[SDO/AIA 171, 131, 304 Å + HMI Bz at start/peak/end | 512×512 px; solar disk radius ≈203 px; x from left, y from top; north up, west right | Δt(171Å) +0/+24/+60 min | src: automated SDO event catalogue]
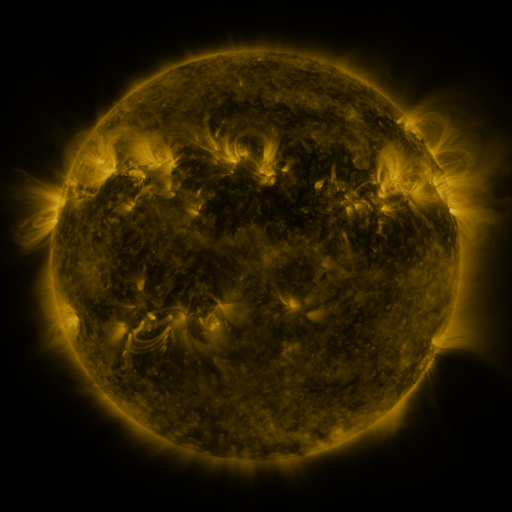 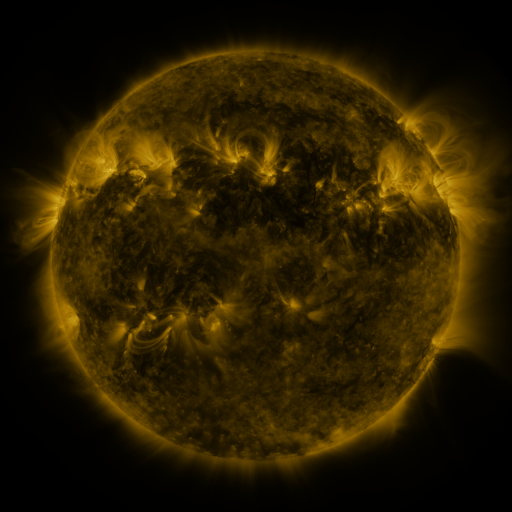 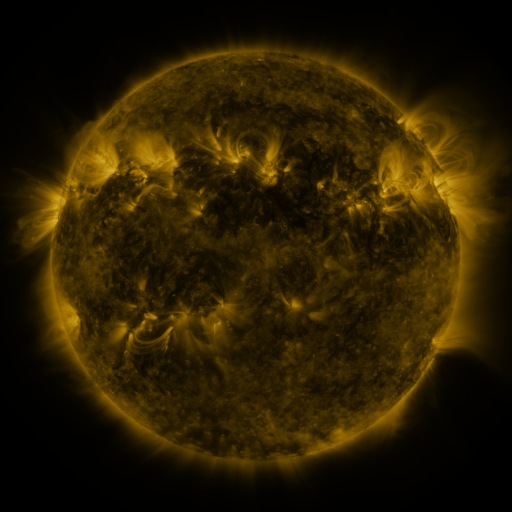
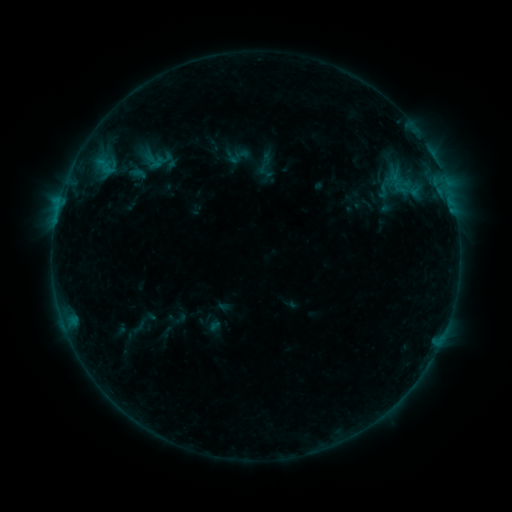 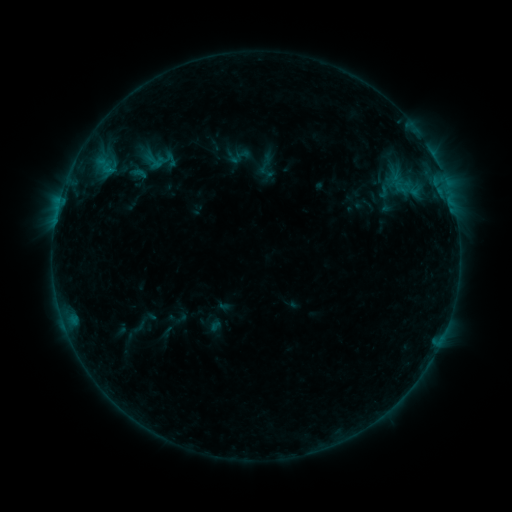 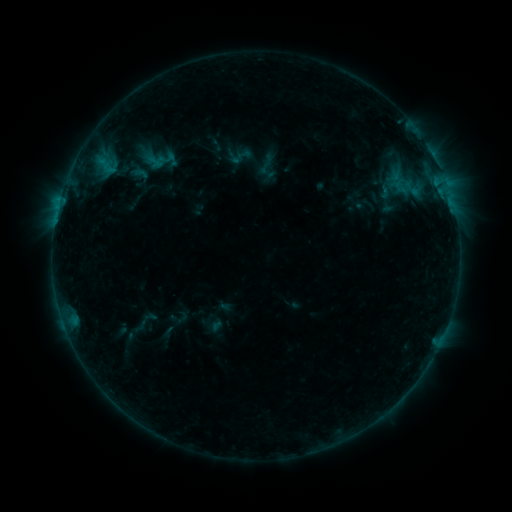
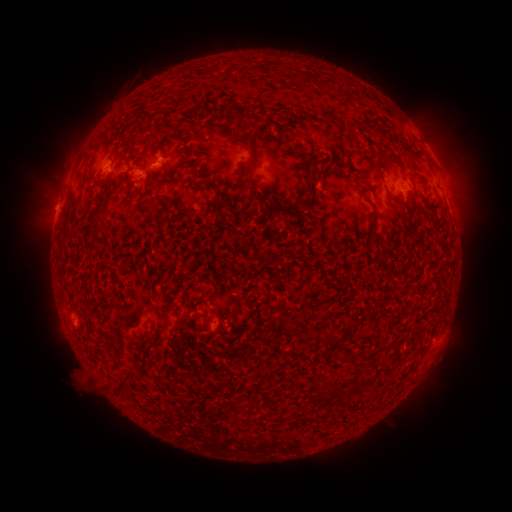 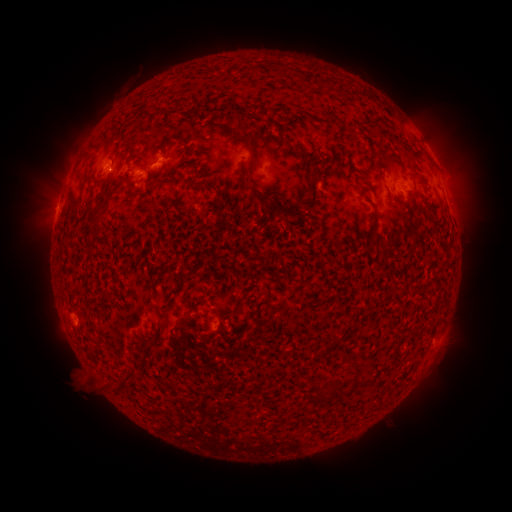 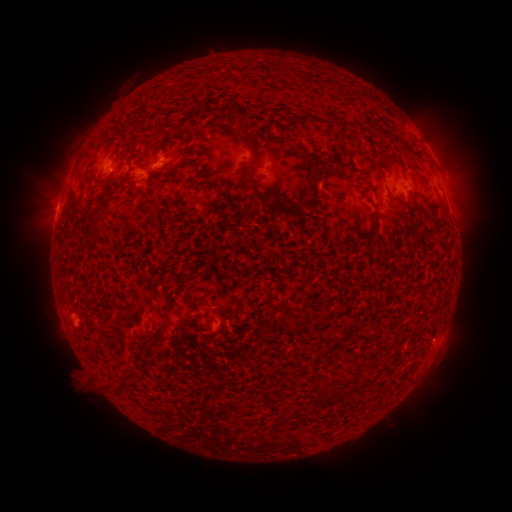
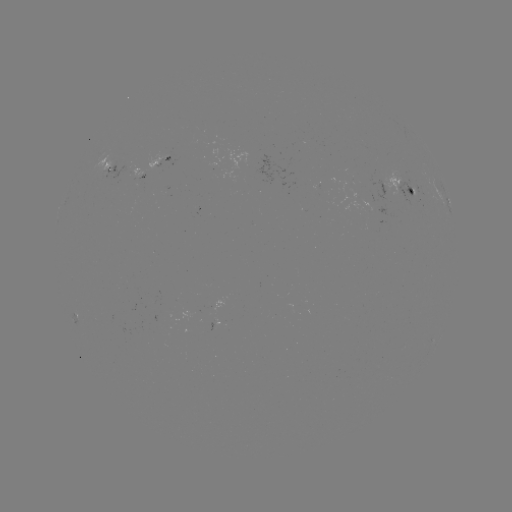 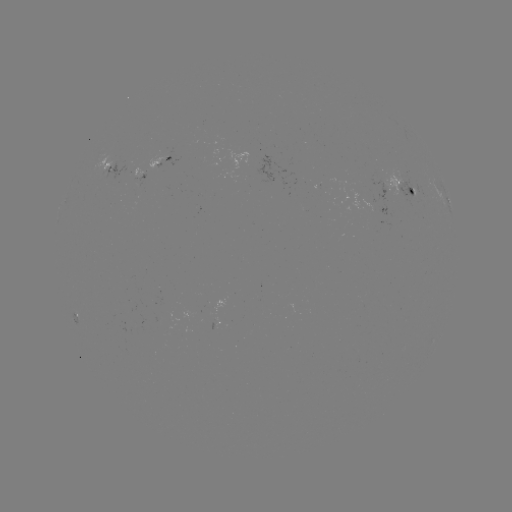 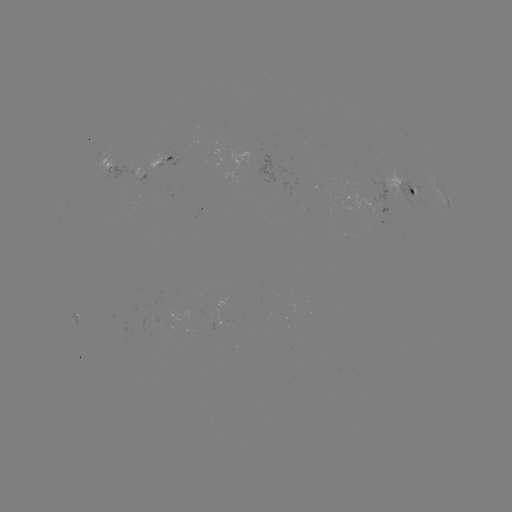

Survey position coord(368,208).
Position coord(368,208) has emerging-flux region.